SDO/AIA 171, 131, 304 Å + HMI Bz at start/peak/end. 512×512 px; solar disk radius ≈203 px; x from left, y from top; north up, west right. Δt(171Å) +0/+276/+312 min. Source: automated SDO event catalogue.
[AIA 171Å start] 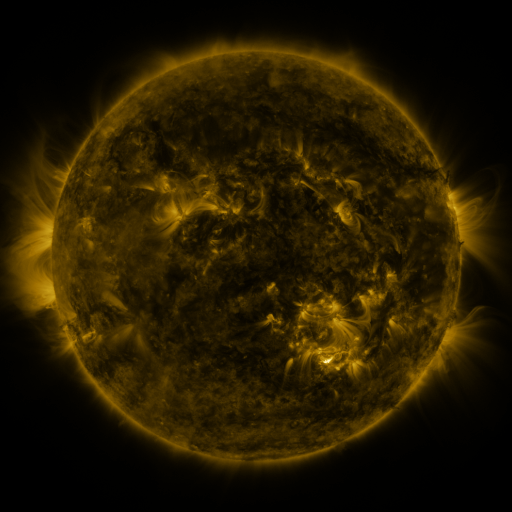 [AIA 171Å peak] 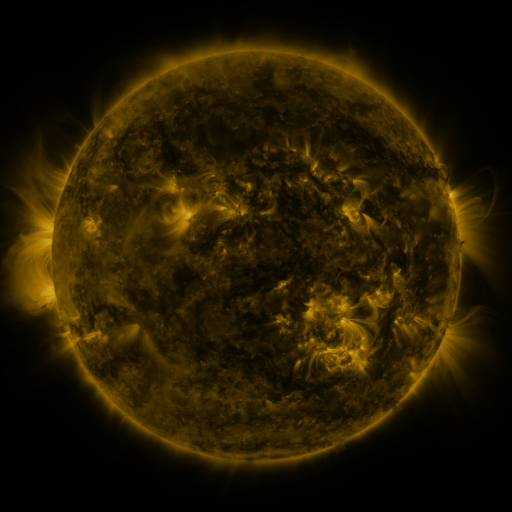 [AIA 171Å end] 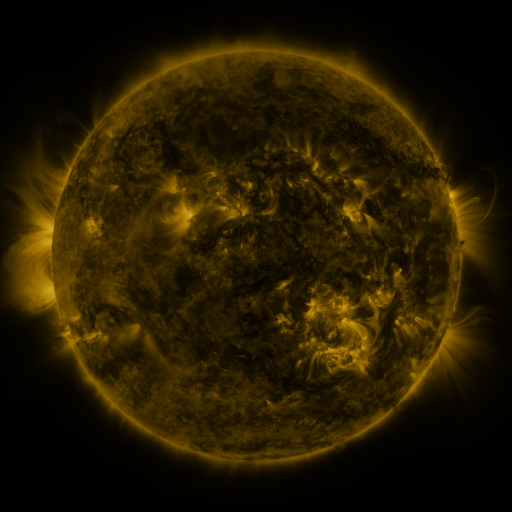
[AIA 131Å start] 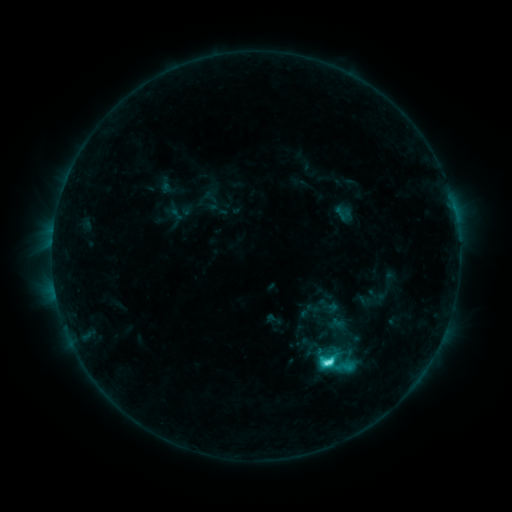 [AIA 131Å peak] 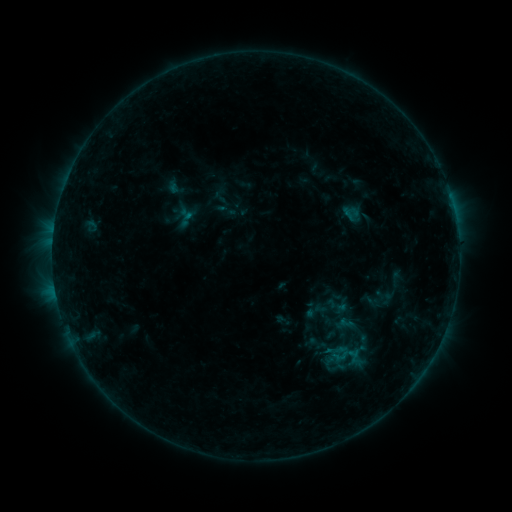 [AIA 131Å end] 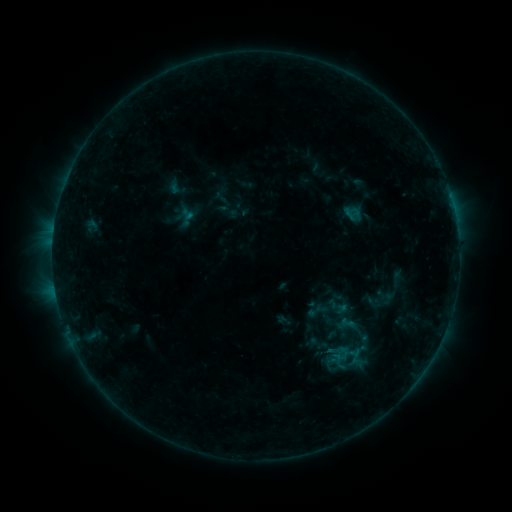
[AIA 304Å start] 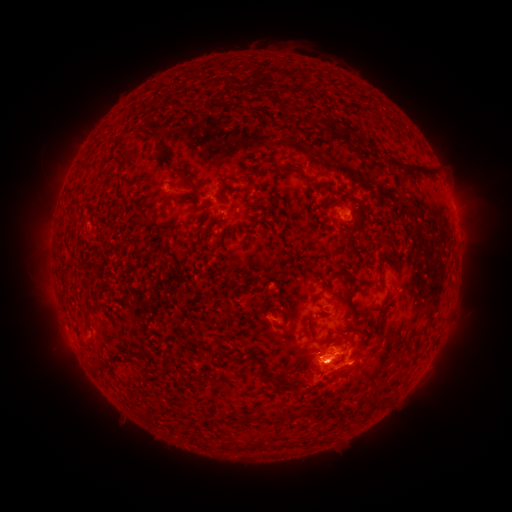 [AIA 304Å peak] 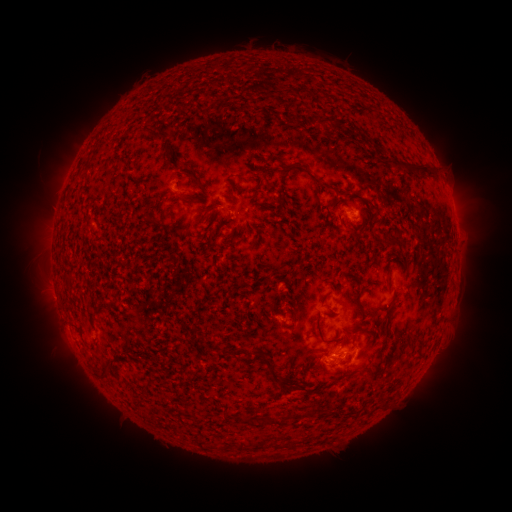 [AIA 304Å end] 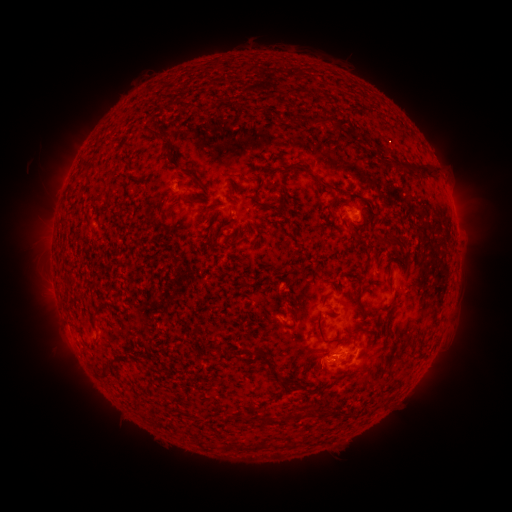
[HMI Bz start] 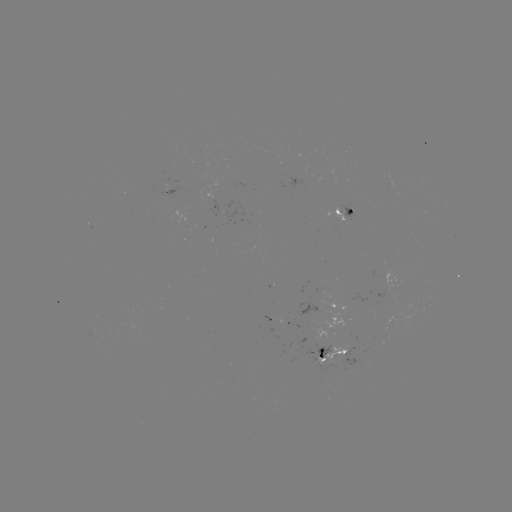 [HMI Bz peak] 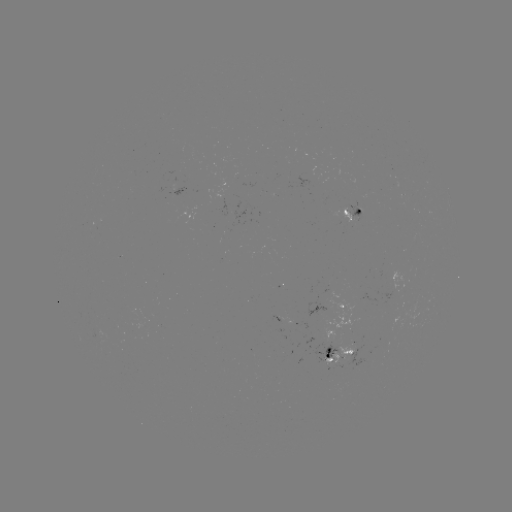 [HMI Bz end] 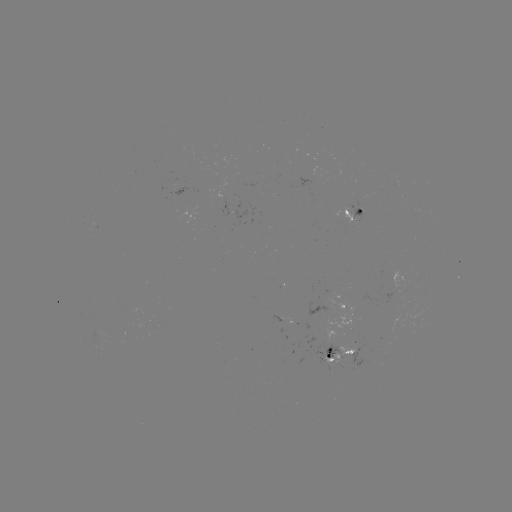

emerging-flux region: <bbox>345, 204, 362, 221</bbox>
